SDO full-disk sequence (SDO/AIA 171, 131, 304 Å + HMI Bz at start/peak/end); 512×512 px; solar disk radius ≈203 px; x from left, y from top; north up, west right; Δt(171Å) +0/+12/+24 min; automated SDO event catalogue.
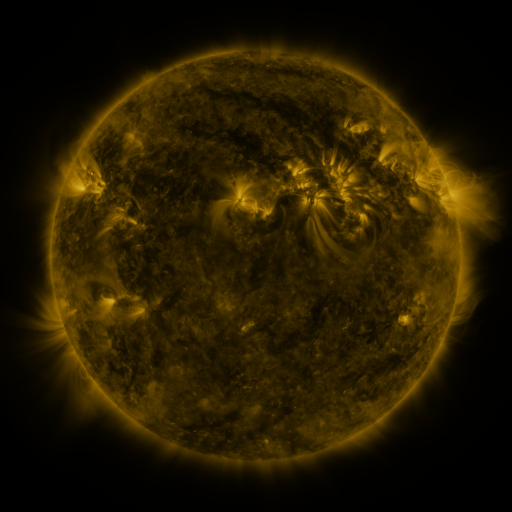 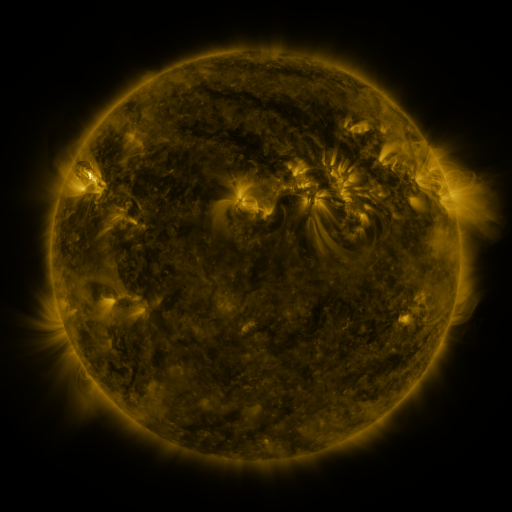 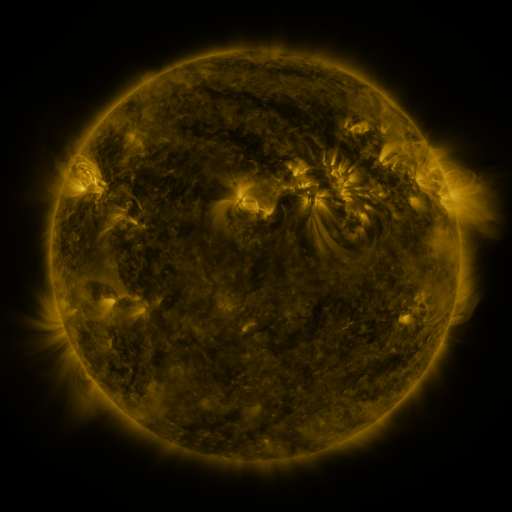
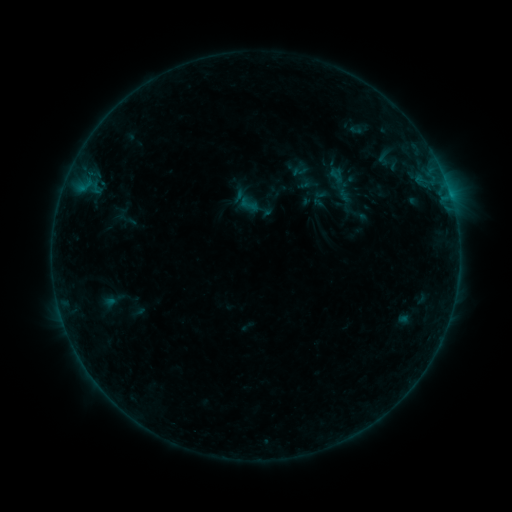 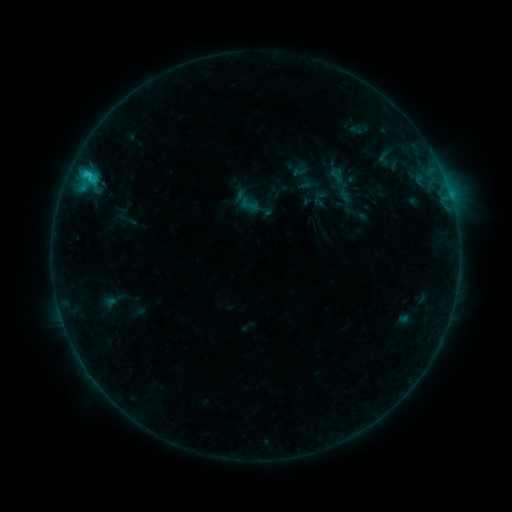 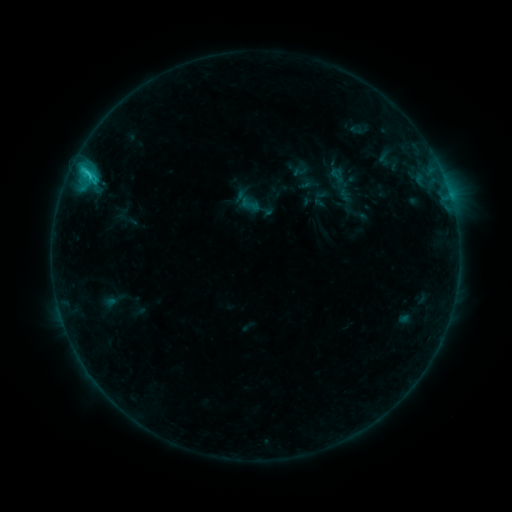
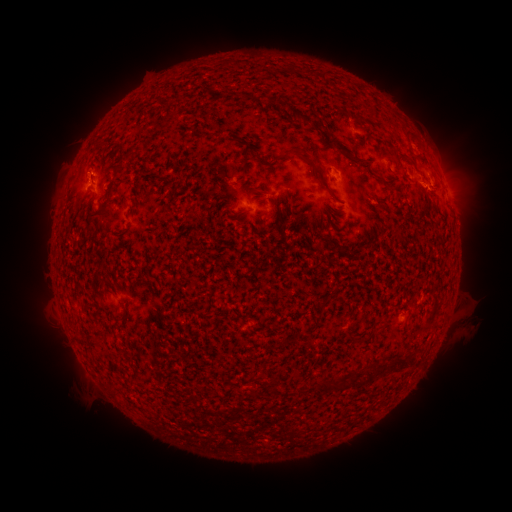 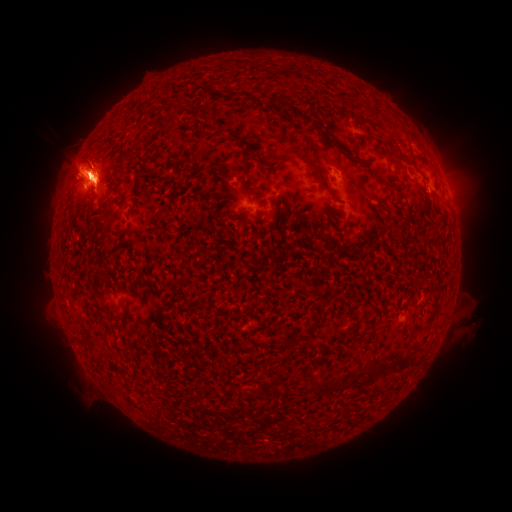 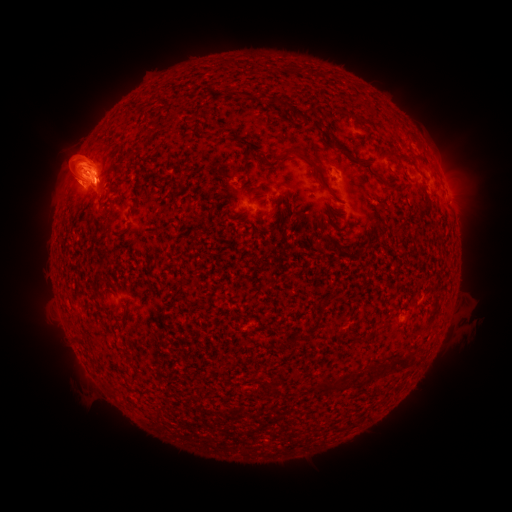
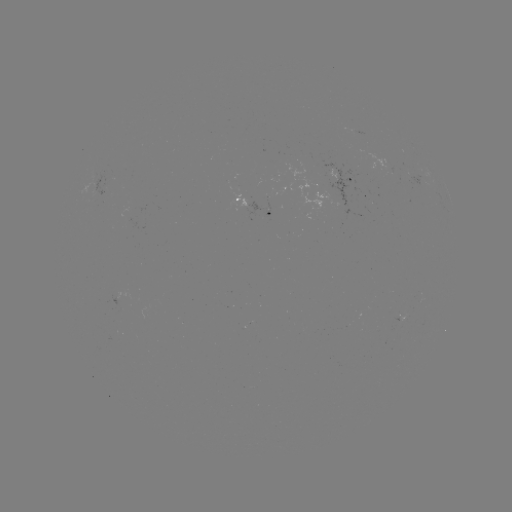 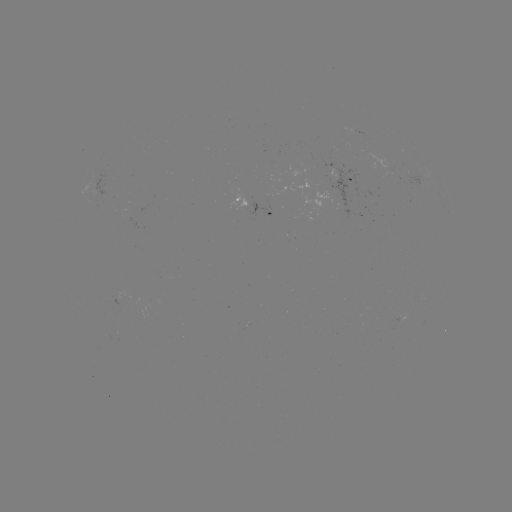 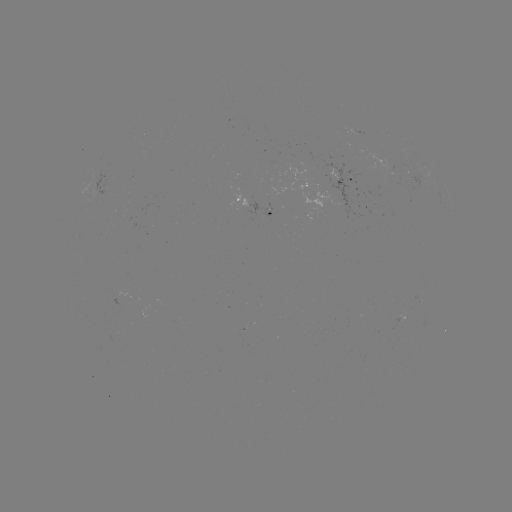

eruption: [0, 63, 188, 285]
